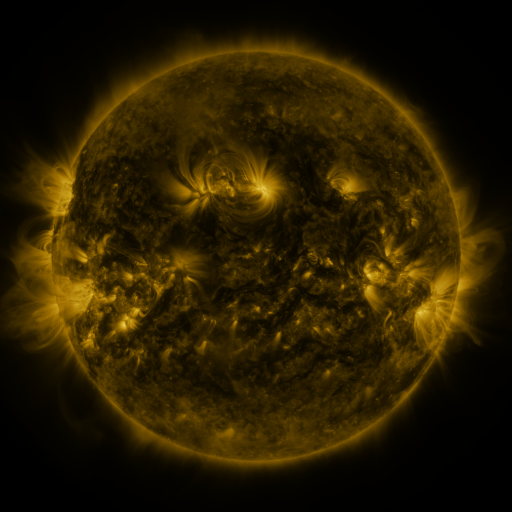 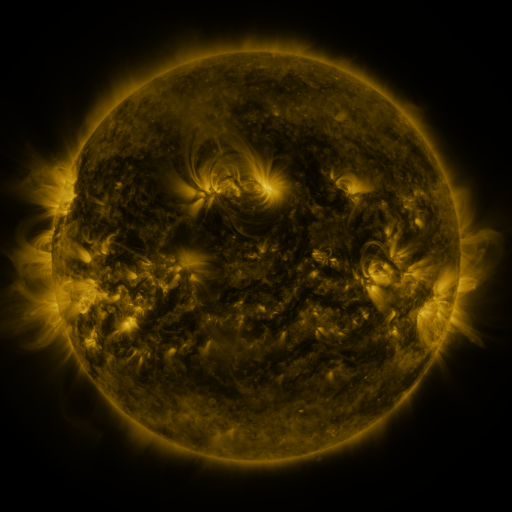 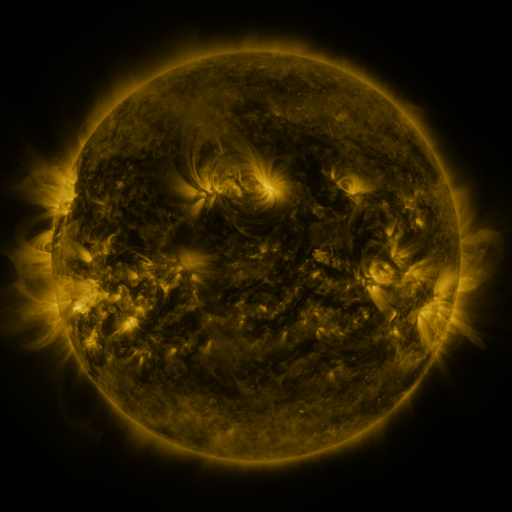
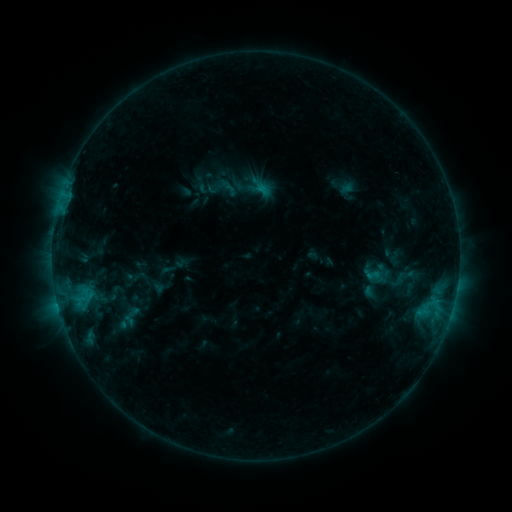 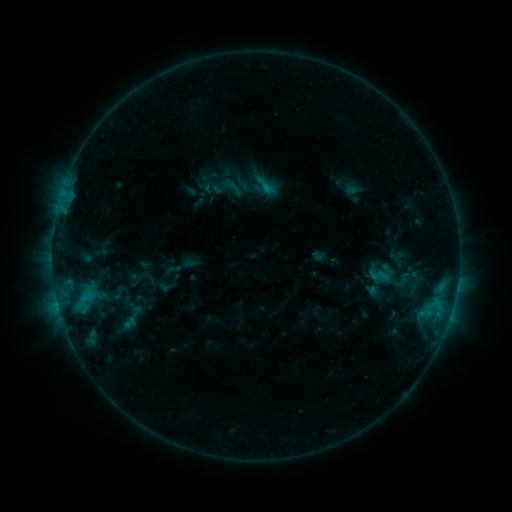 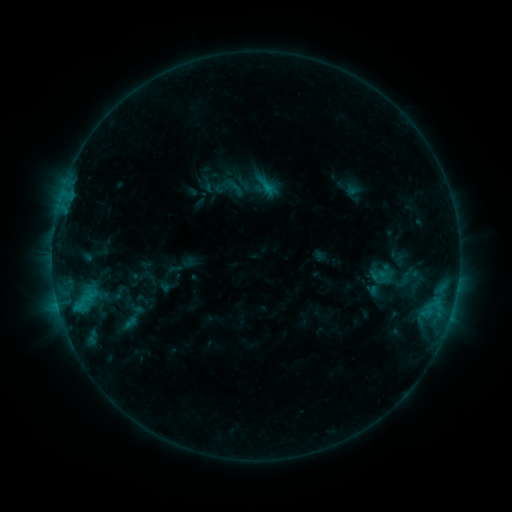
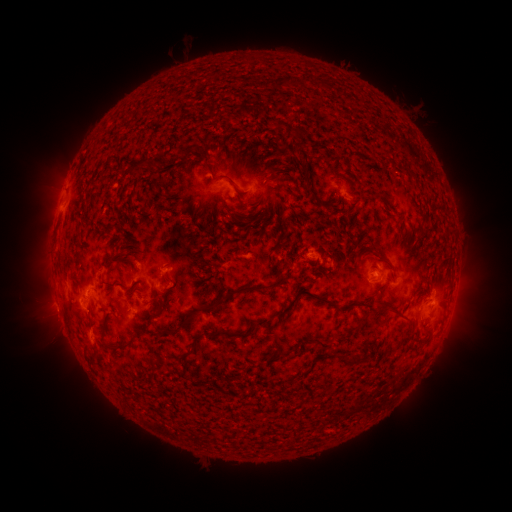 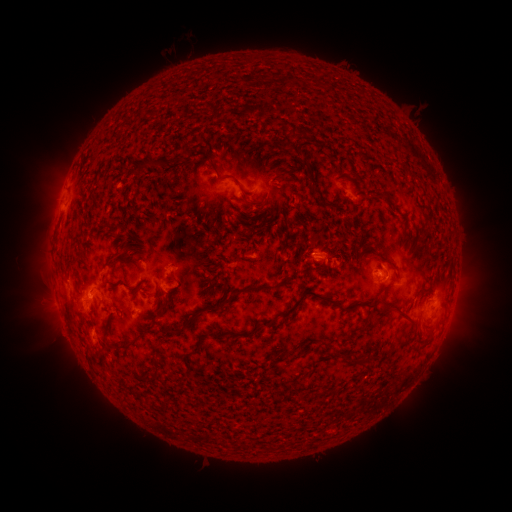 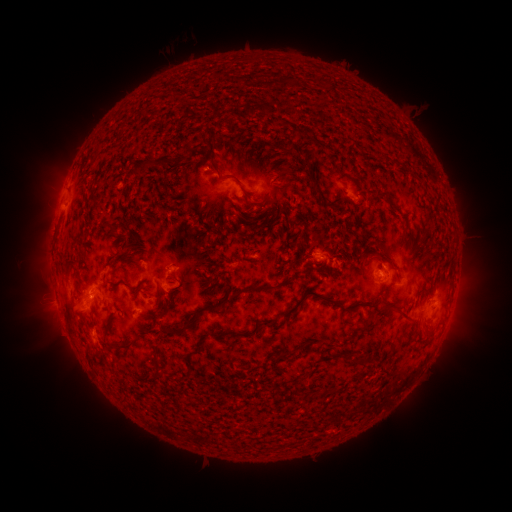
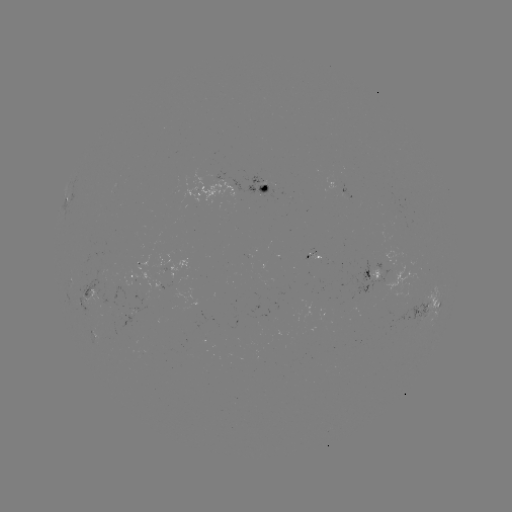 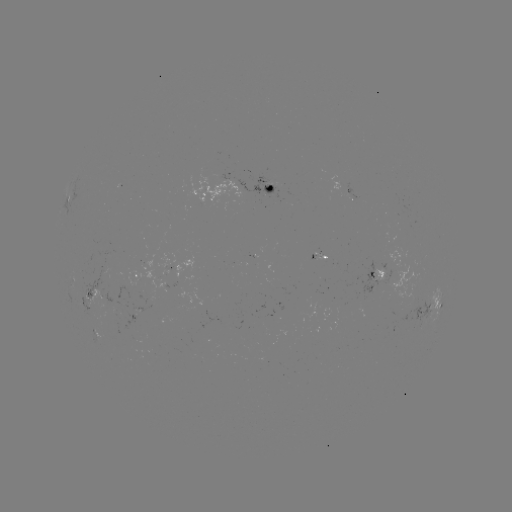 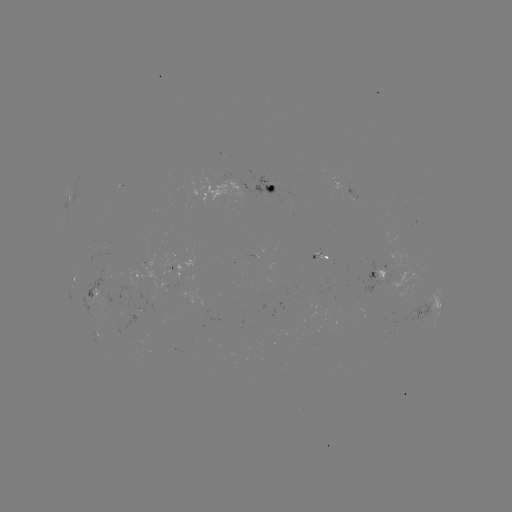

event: emerging-flux region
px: (270, 185)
